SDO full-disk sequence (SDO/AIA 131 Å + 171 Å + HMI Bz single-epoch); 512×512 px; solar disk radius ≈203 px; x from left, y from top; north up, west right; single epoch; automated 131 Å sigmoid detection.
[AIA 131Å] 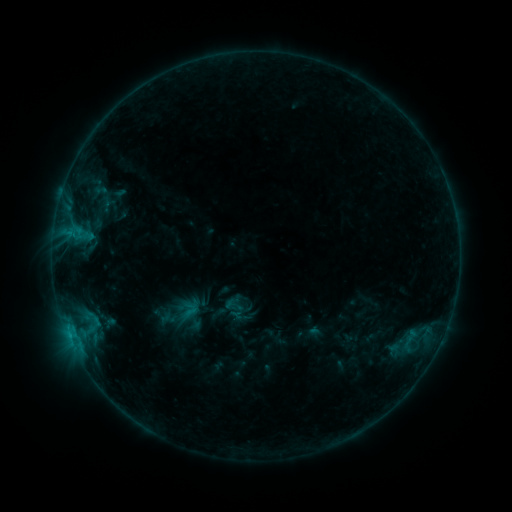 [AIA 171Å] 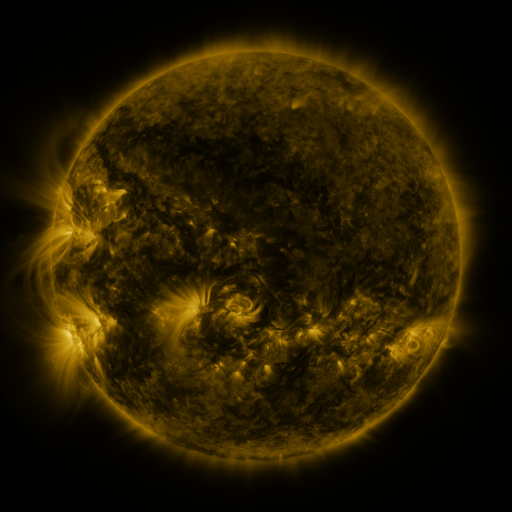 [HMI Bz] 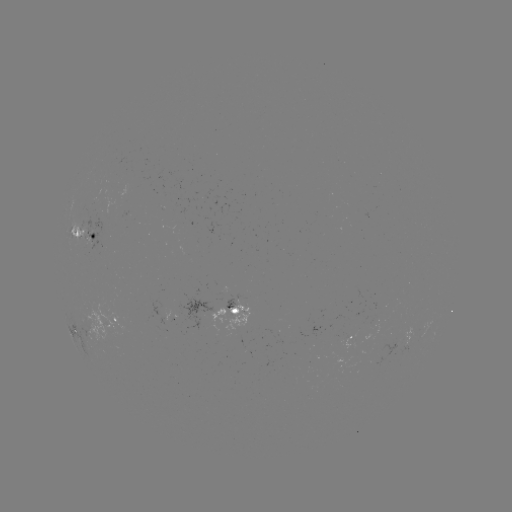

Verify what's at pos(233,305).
sigmoid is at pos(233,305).